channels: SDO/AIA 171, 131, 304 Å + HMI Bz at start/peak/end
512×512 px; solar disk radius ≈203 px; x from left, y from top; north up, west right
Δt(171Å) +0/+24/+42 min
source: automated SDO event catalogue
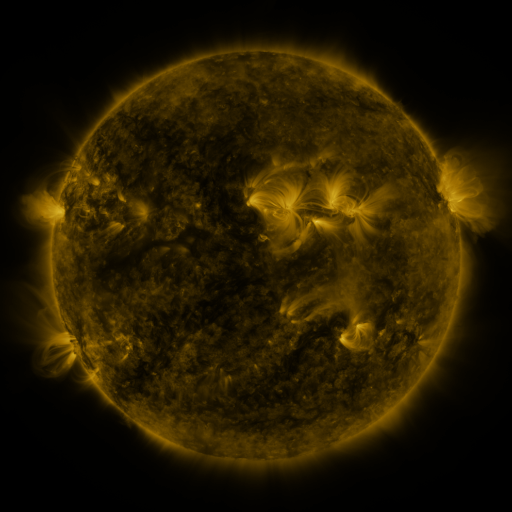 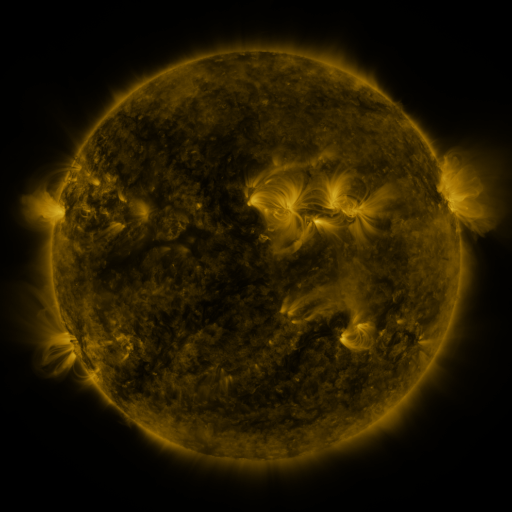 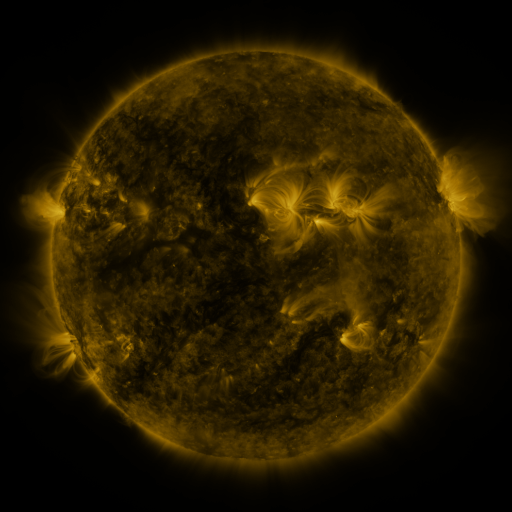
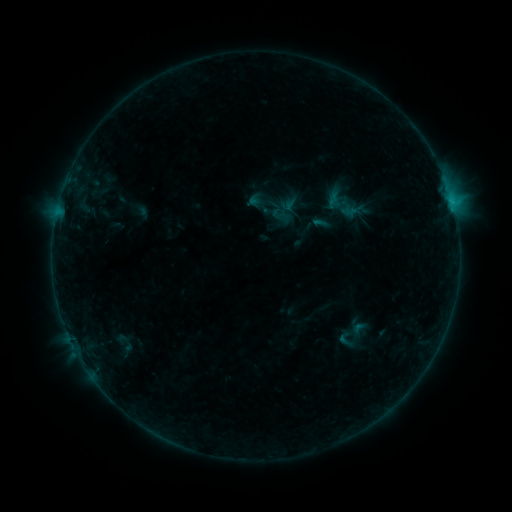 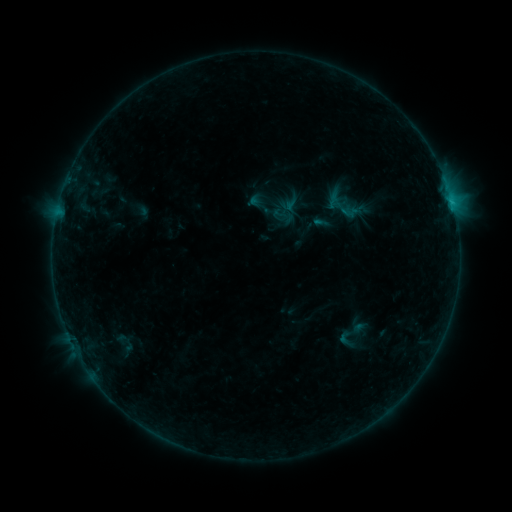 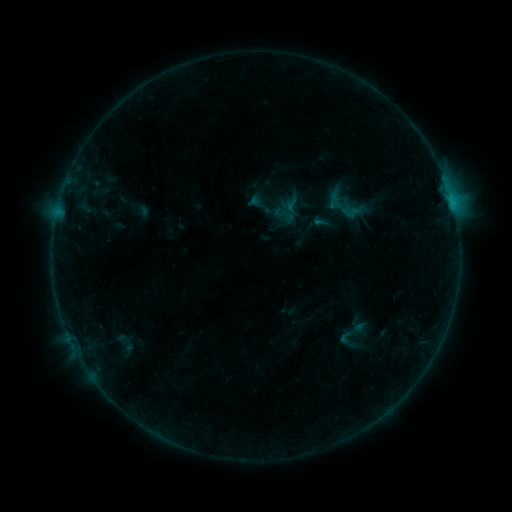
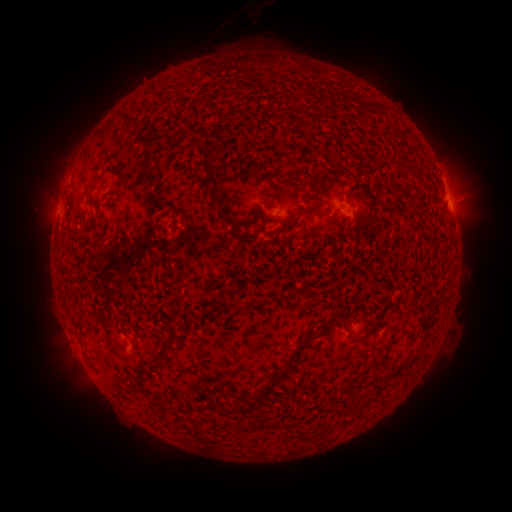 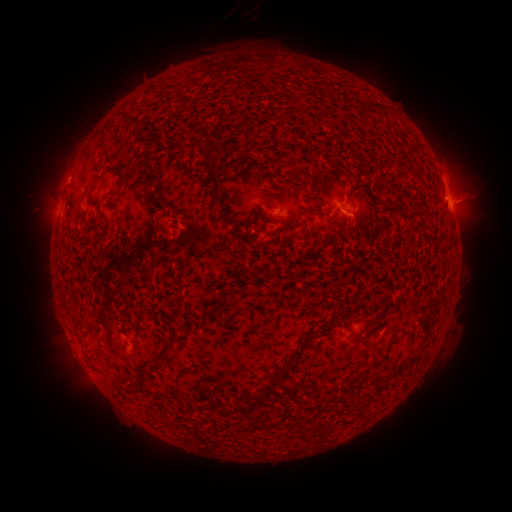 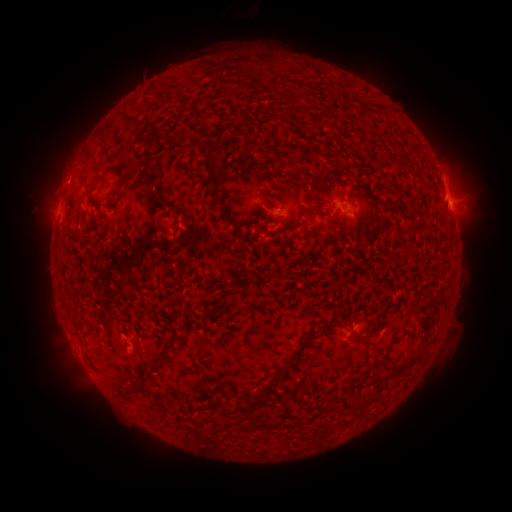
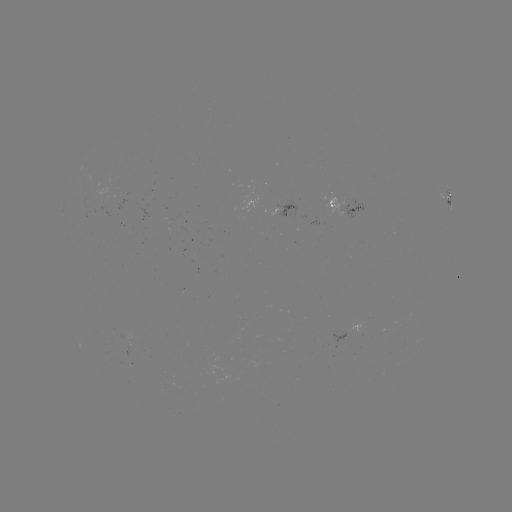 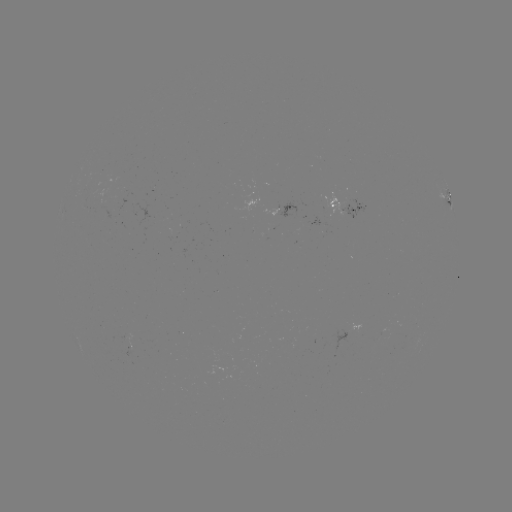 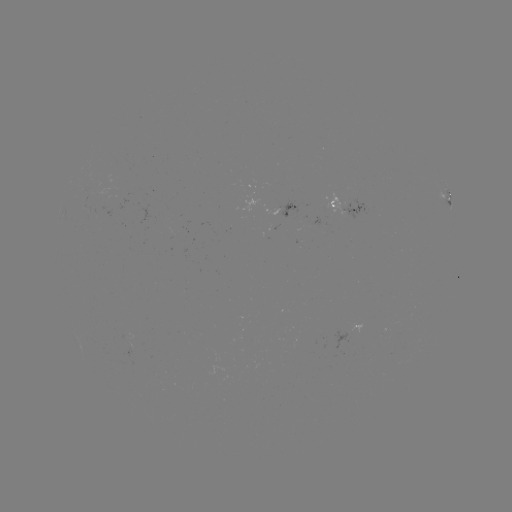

no classed flare was catalogued and no EUV brightening was flagged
